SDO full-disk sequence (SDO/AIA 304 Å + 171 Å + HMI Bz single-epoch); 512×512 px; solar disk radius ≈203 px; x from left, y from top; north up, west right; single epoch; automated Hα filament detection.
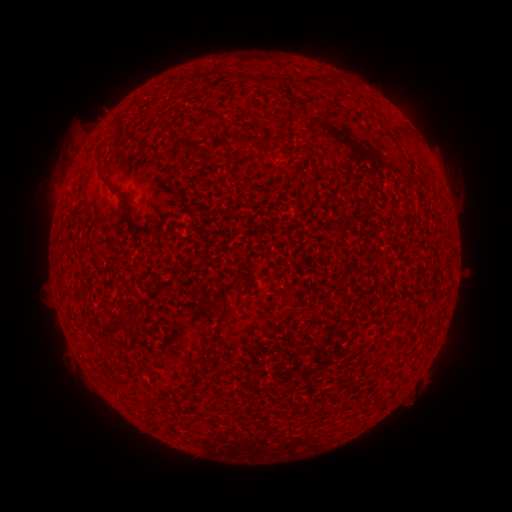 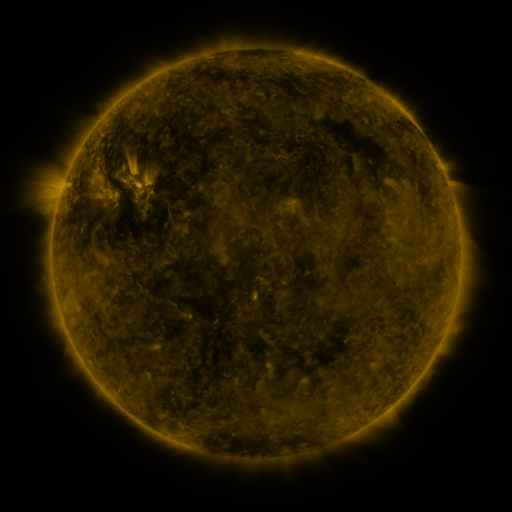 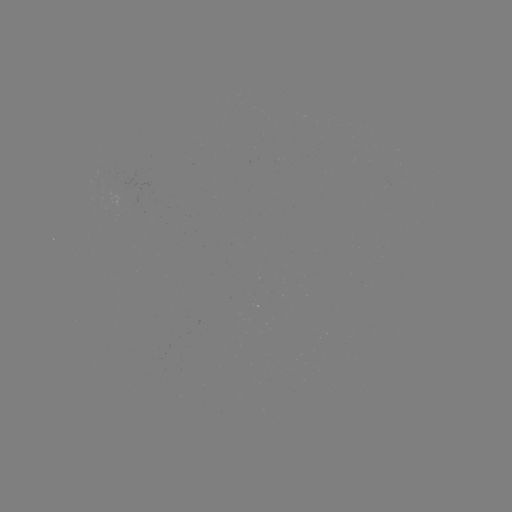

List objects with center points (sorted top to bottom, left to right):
filament: [270, 74, 280, 84]
filament: [166, 118, 179, 131]
filament: [191, 144, 201, 155]
filament: [99, 161, 118, 188]
filament: [121, 189, 151, 232]
filament: [201, 354, 213, 365]
